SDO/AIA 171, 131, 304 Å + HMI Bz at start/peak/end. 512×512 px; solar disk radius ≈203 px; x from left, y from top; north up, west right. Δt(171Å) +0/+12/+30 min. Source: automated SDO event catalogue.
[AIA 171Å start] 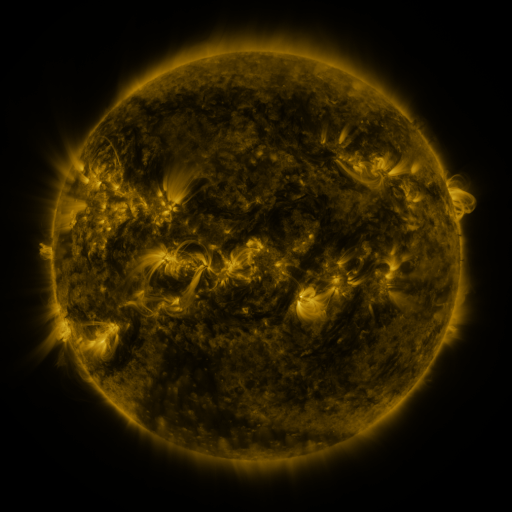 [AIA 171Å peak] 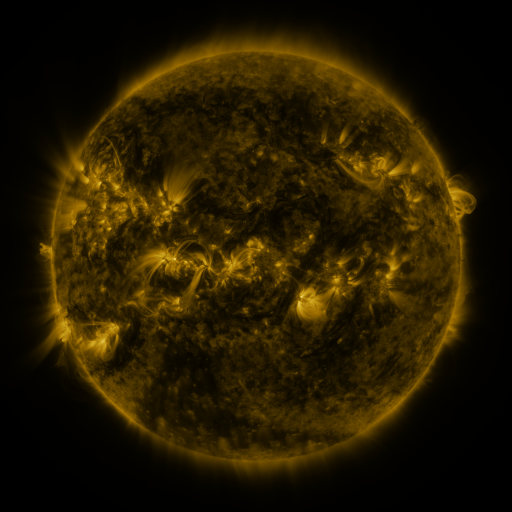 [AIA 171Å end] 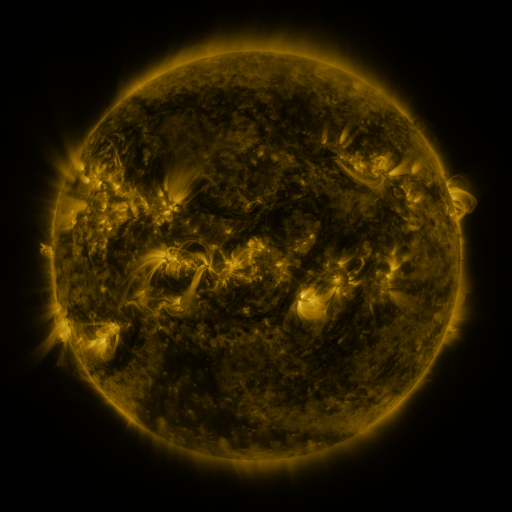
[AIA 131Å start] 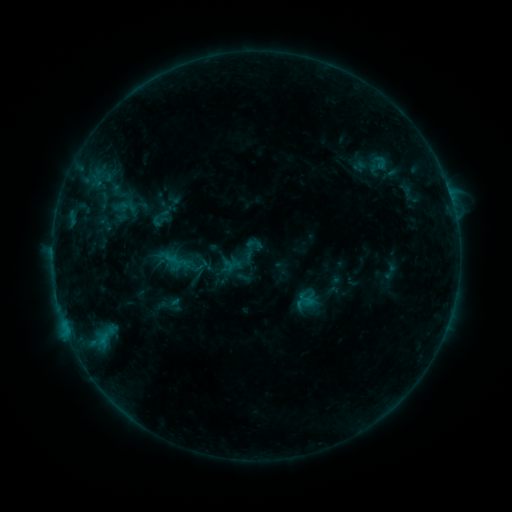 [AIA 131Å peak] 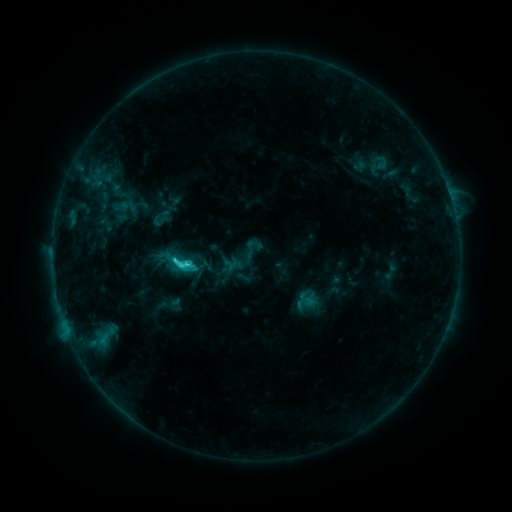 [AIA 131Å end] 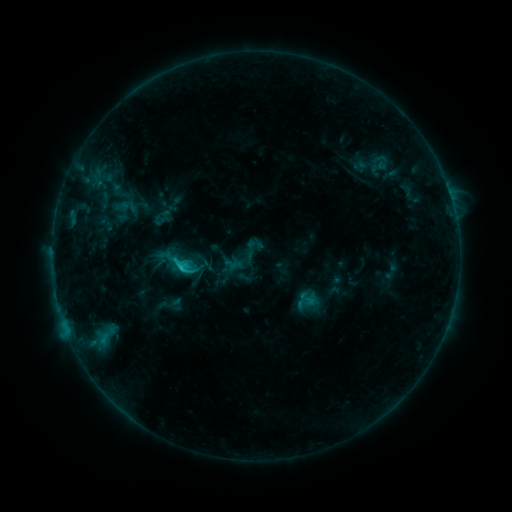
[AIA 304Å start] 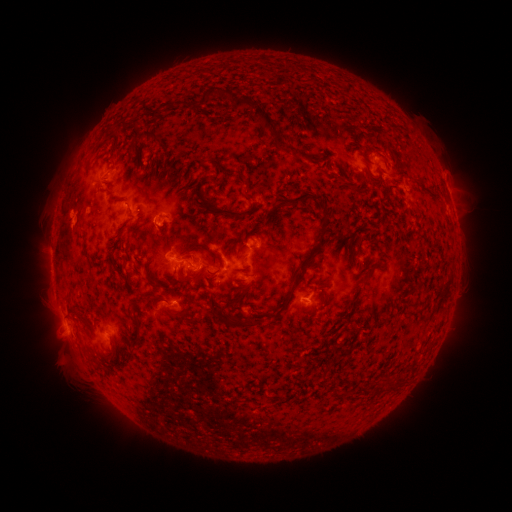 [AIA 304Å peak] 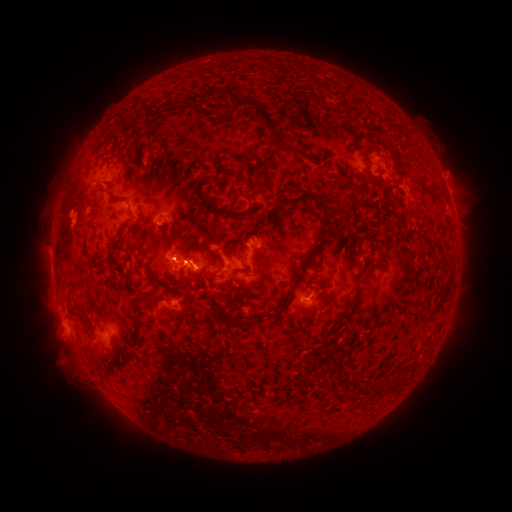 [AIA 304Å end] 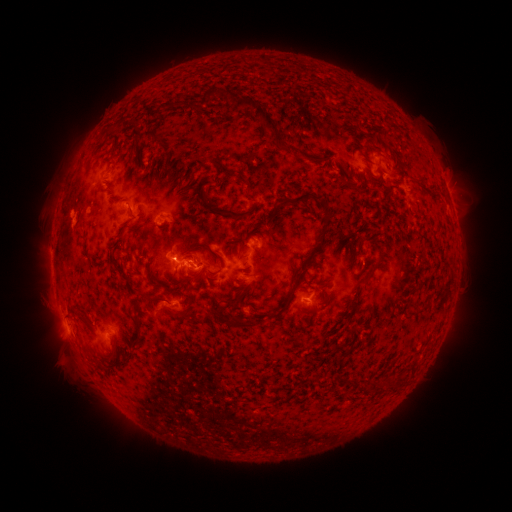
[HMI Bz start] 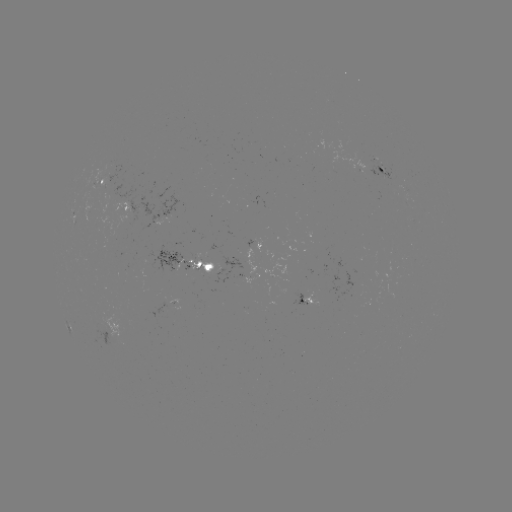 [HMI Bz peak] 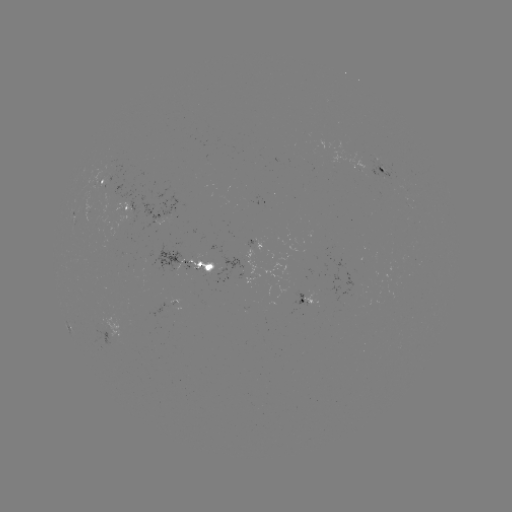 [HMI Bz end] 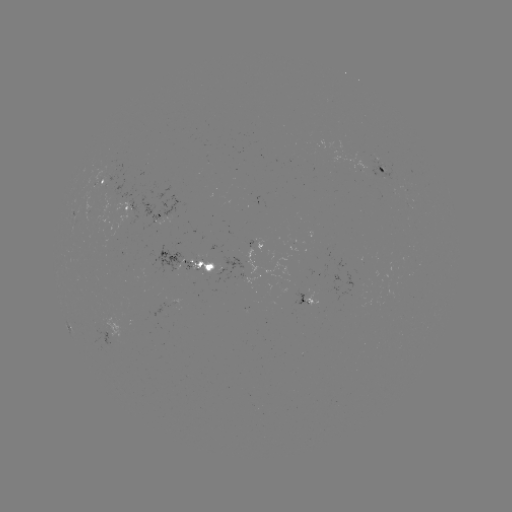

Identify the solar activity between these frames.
C2.8 flare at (183, 261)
